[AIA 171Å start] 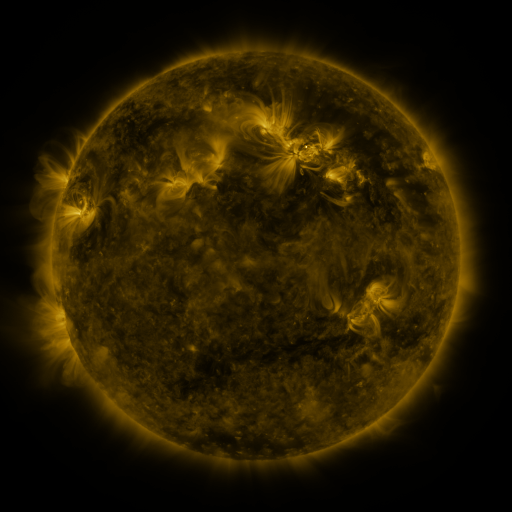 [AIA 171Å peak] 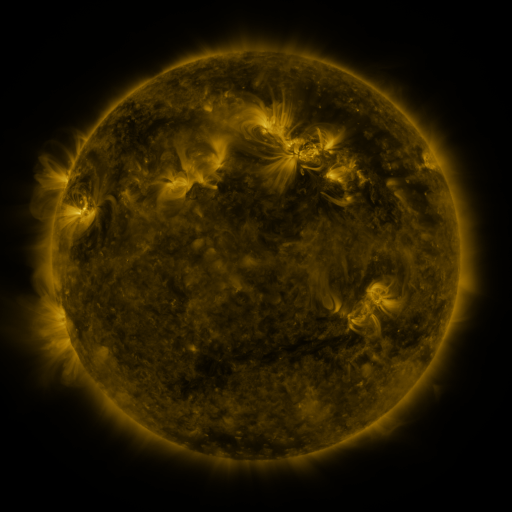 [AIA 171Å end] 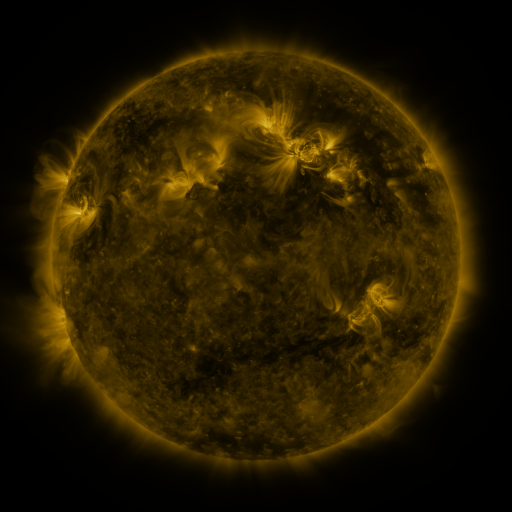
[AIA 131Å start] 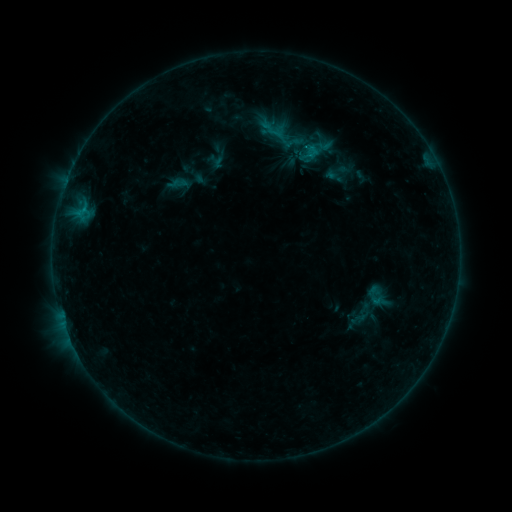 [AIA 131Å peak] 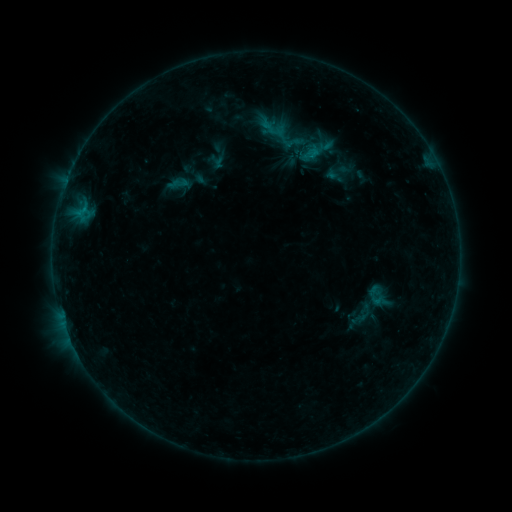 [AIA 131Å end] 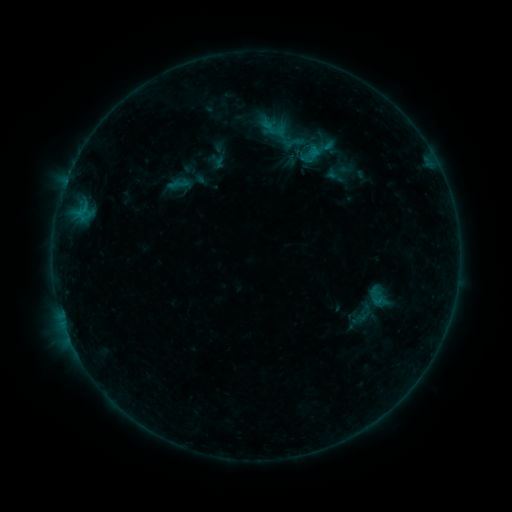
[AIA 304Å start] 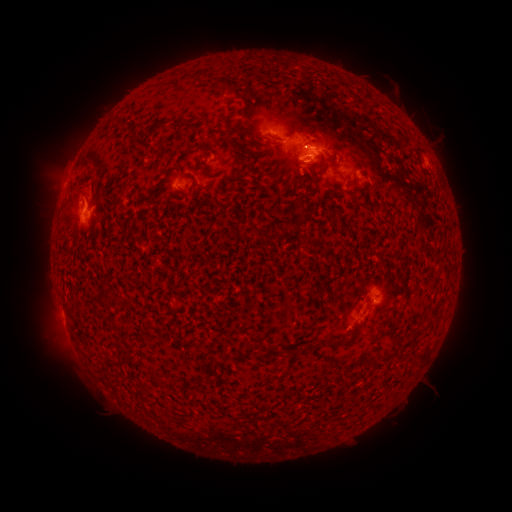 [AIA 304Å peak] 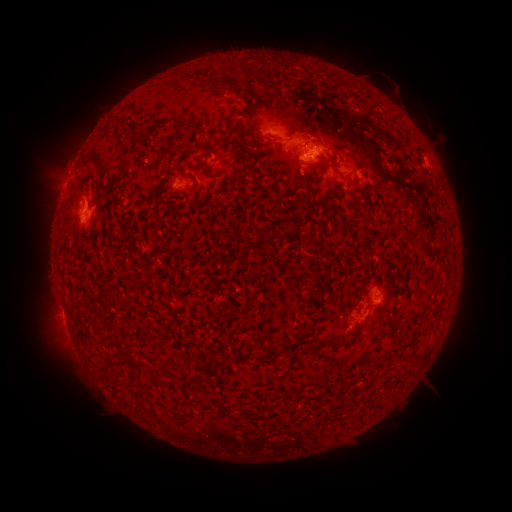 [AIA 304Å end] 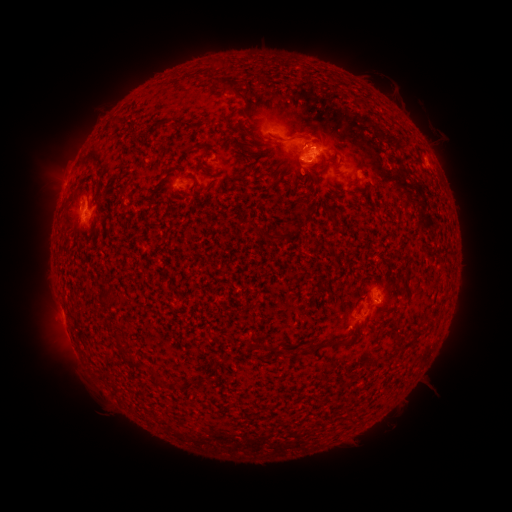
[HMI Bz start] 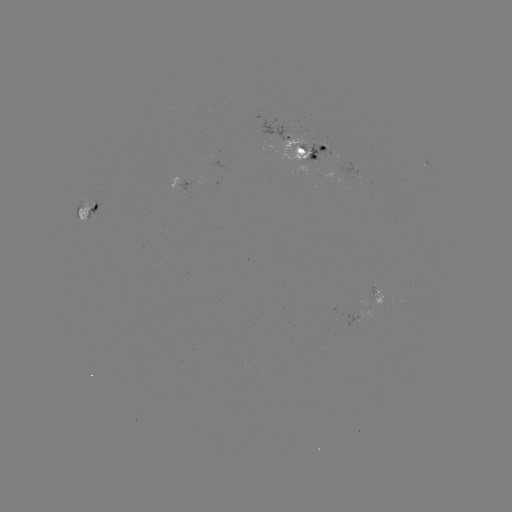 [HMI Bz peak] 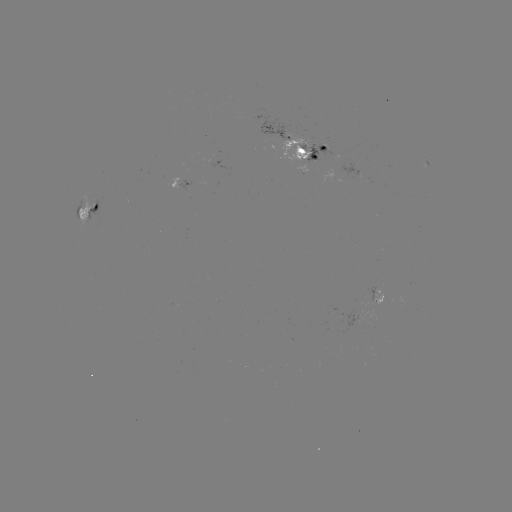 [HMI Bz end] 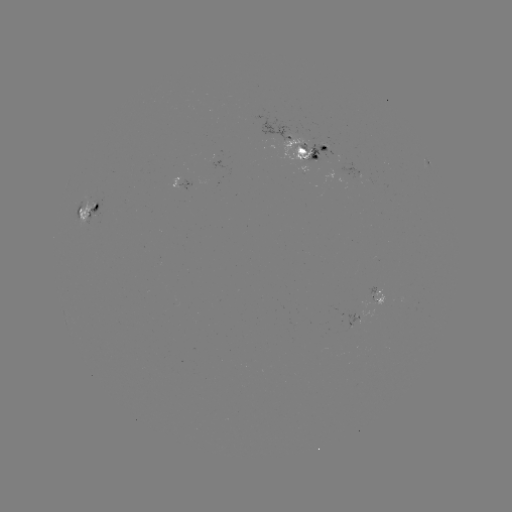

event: emerging-flux region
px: (305, 144)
